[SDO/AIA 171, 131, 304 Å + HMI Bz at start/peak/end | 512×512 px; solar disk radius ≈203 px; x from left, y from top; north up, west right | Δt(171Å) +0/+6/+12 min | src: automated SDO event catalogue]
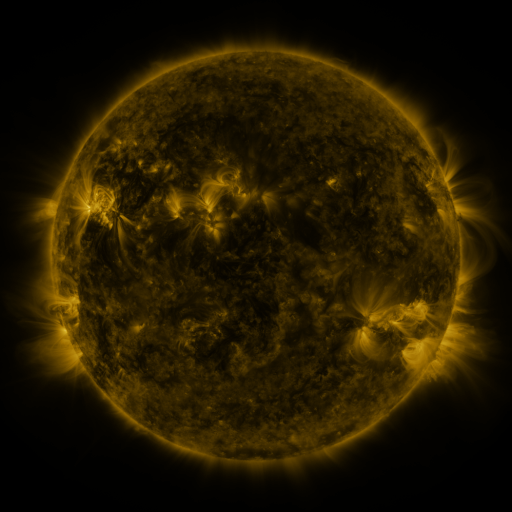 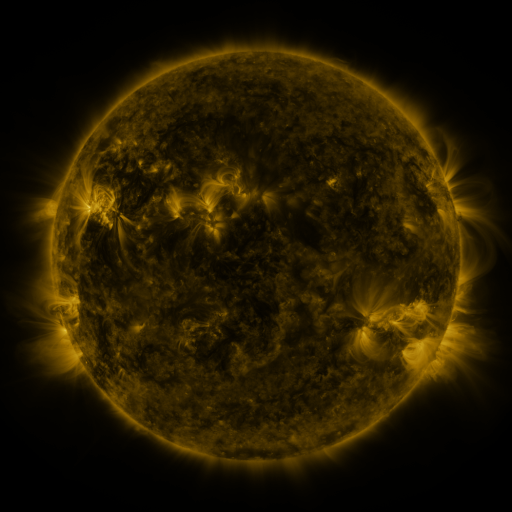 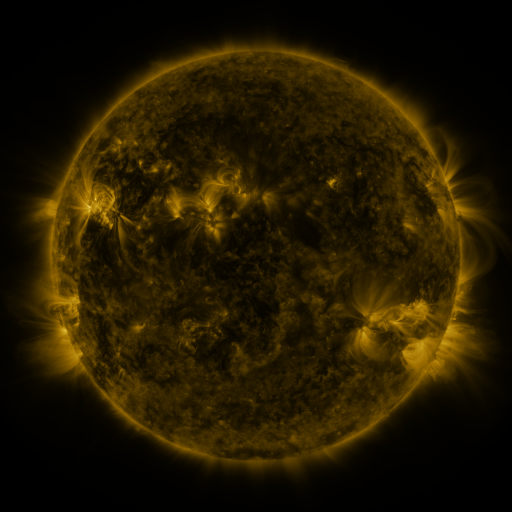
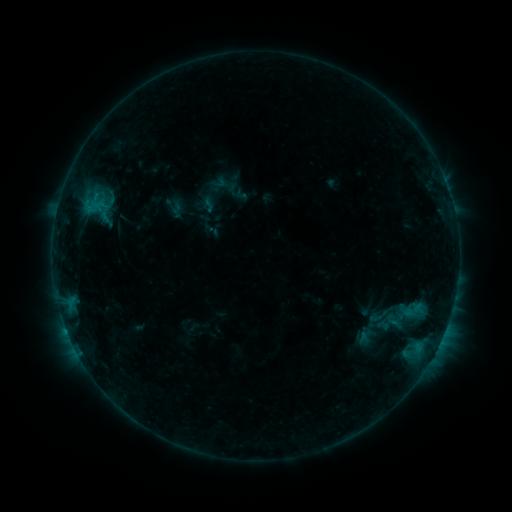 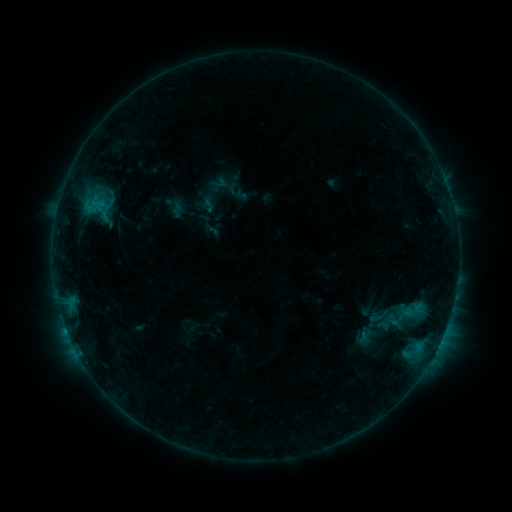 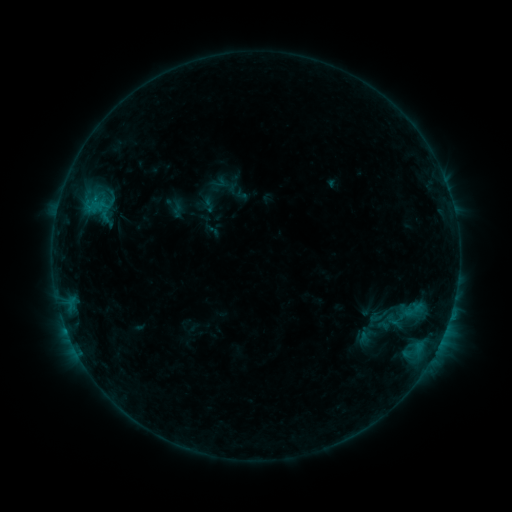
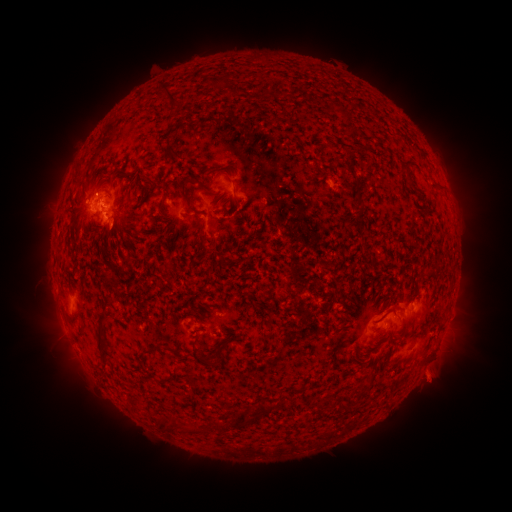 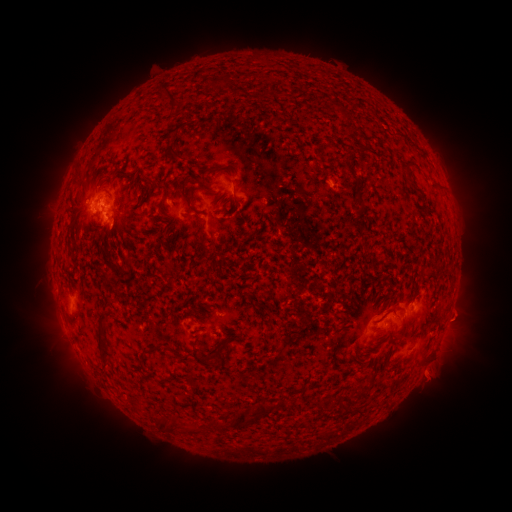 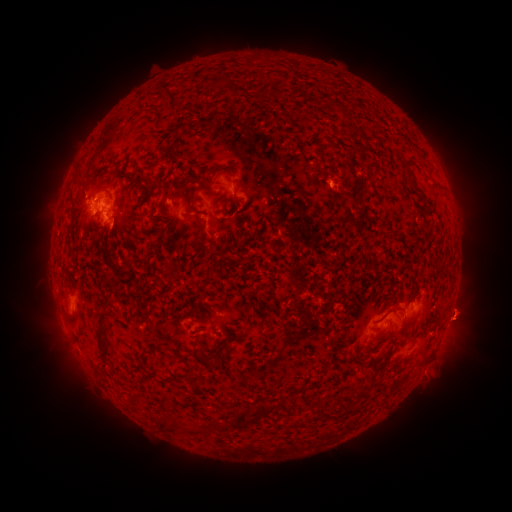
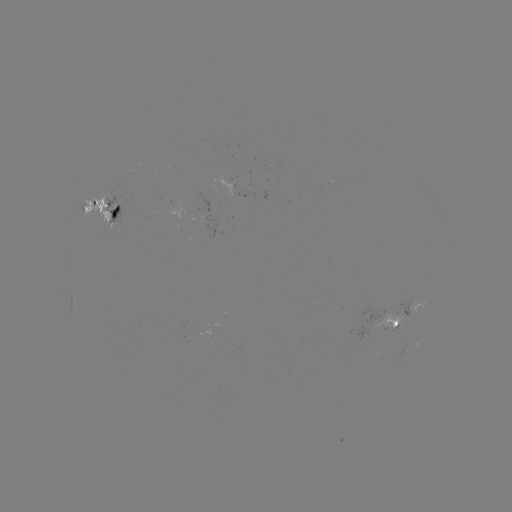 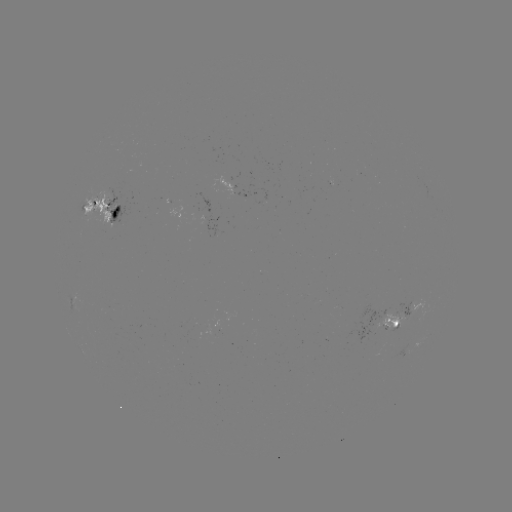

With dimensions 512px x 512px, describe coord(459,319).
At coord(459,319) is eruption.